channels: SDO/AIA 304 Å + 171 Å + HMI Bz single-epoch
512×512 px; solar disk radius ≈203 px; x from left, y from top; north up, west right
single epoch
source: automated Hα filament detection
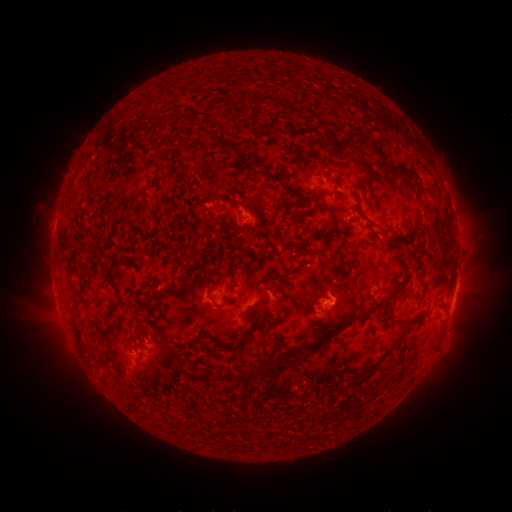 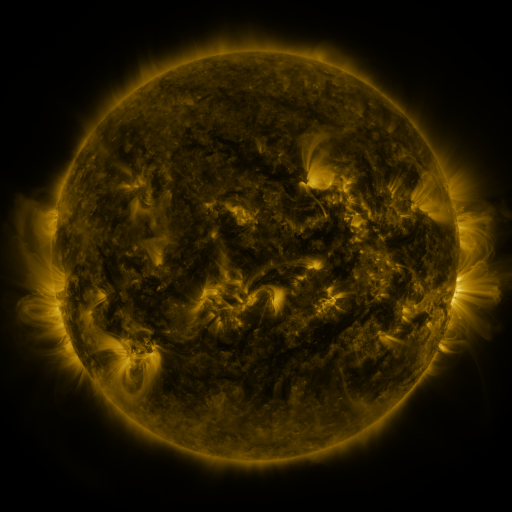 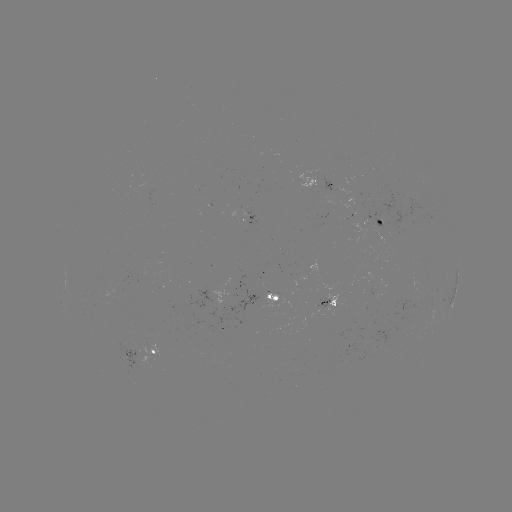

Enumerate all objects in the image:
filament: (253, 93)
filament: (292, 110)
filament: (234, 142)
filament: (331, 143)
filament: (277, 146)
filament: (335, 174)
filament: (367, 177)
filament: (290, 179)
filament: (399, 186)
filament: (296, 191)
filament: (239, 197)
filament: (306, 205)
filament: (331, 217)
filament: (365, 223)
filament: (240, 227)
filament: (98, 230)
filament: (197, 239)
filament: (129, 245)
filament: (70, 247)
filament: (102, 248)
filament: (88, 258)
filament: (190, 259)
filament: (149, 271)
filament: (301, 271)
filament: (114, 274)
filament: (265, 279)
filament: (152, 283)
filament: (66, 296)
filament: (209, 297)
filament: (389, 310)
filament: (122, 319)
filament: (241, 323)
filament: (191, 327)
filament: (243, 328)
filament: (153, 333)
filament: (213, 344)
filament: (310, 348)
filament: (251, 371)
filament: (340, 391)
